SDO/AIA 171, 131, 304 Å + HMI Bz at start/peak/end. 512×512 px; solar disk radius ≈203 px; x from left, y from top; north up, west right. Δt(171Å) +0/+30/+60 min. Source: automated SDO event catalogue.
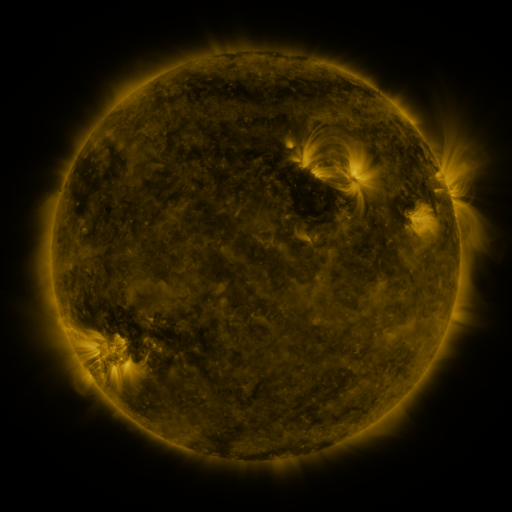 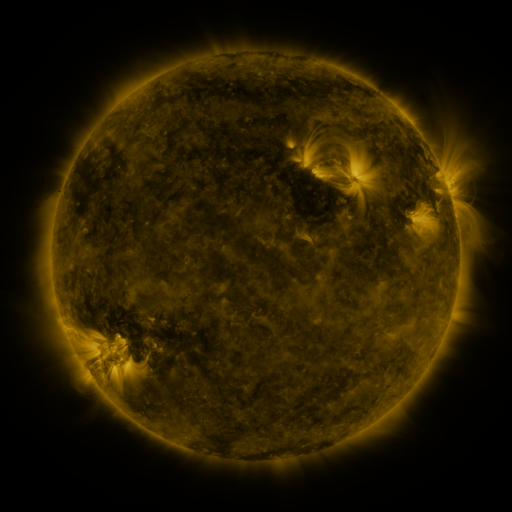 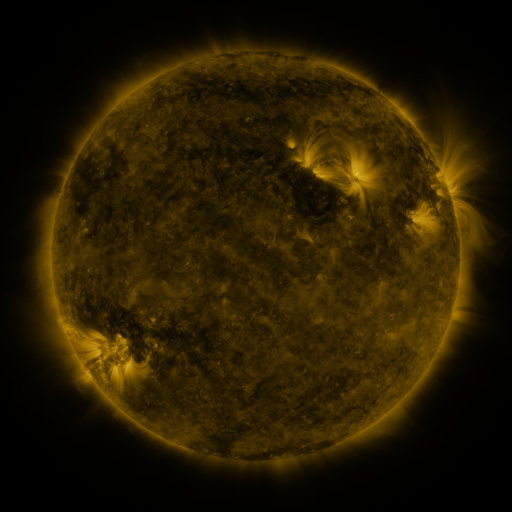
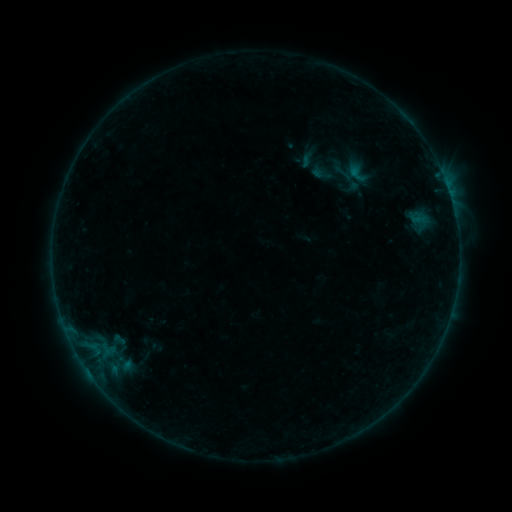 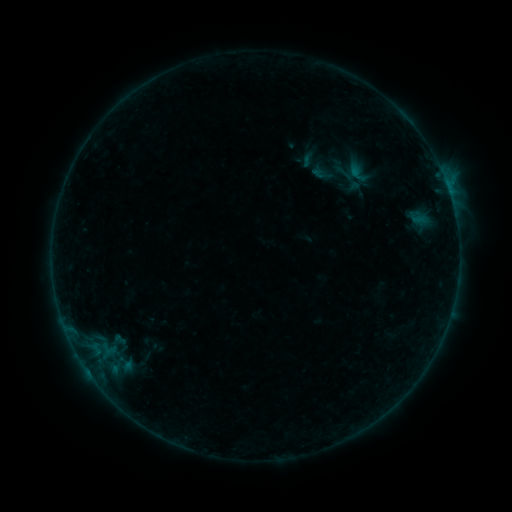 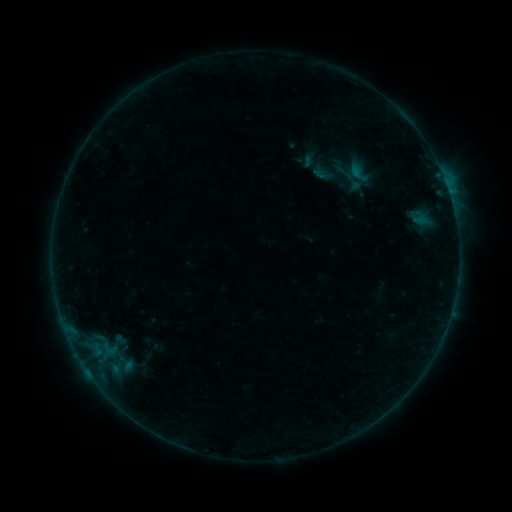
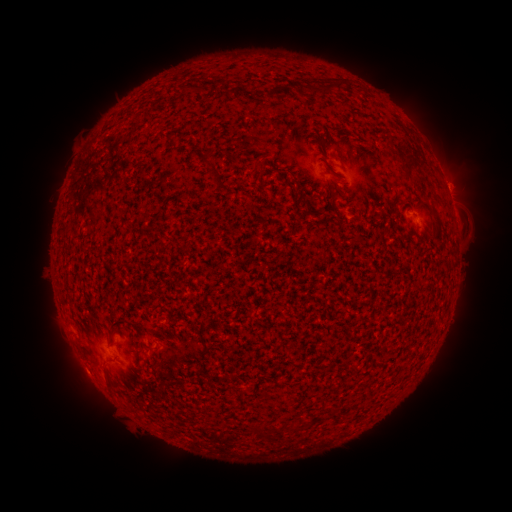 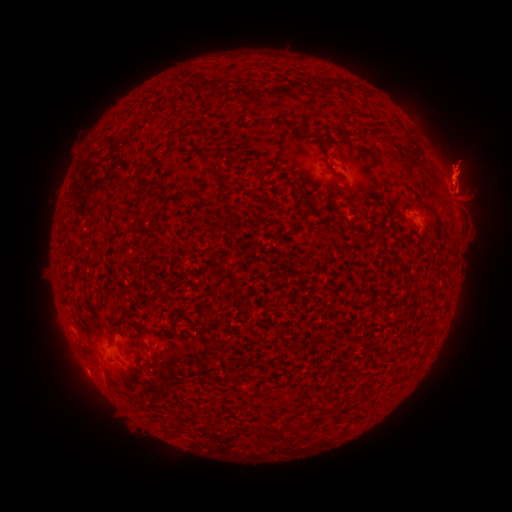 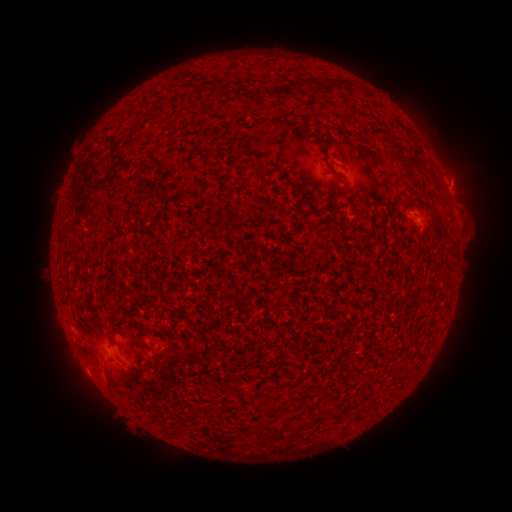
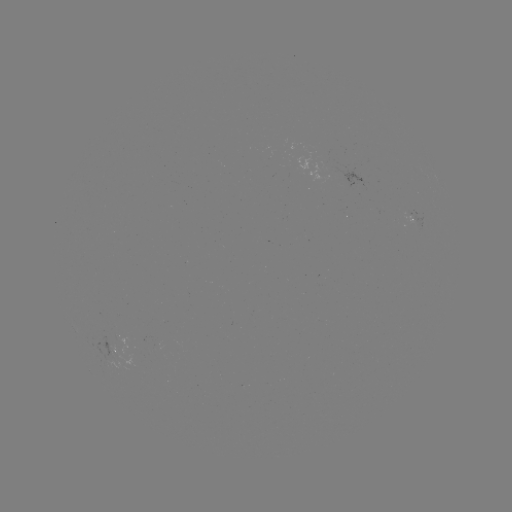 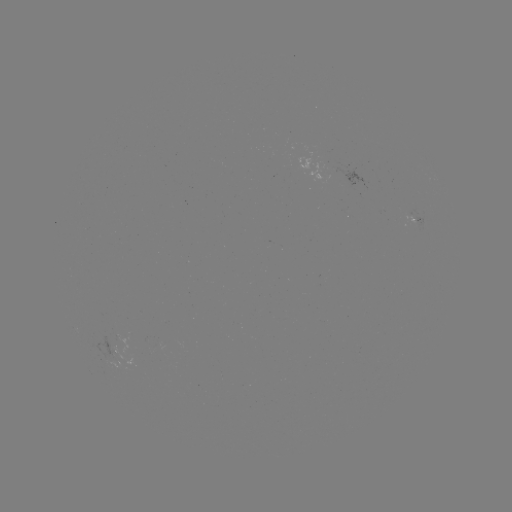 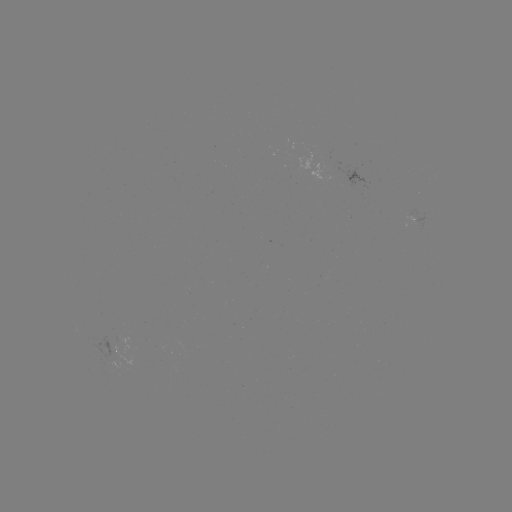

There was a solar eruption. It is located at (464, 172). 